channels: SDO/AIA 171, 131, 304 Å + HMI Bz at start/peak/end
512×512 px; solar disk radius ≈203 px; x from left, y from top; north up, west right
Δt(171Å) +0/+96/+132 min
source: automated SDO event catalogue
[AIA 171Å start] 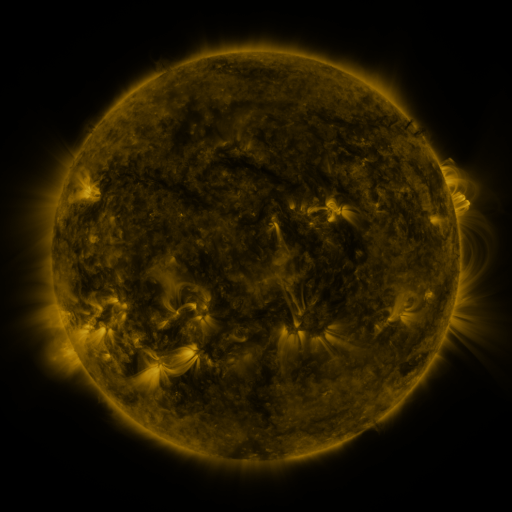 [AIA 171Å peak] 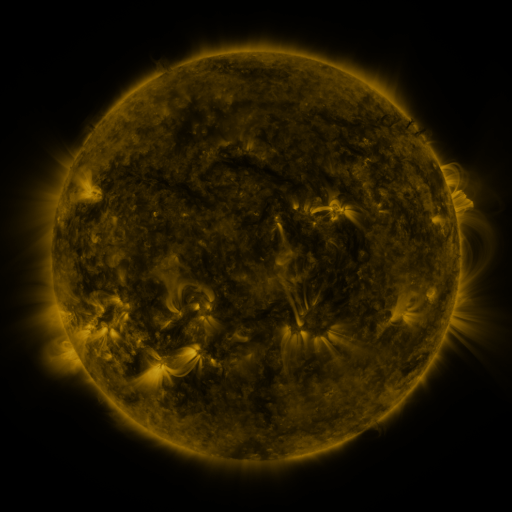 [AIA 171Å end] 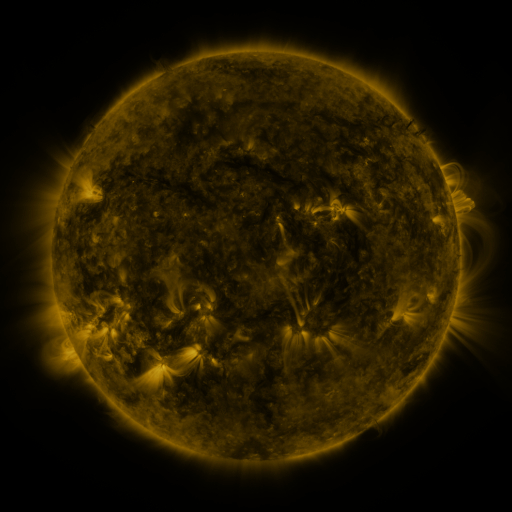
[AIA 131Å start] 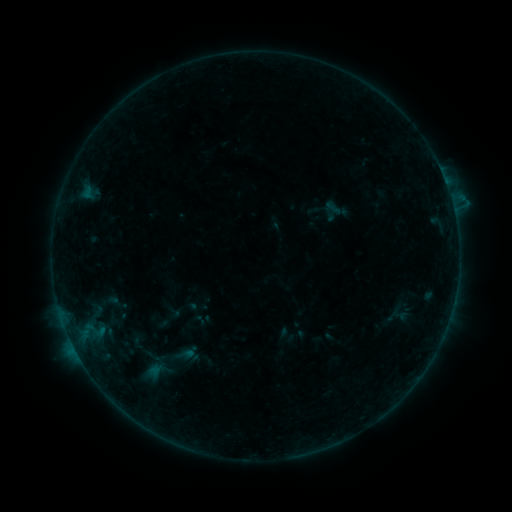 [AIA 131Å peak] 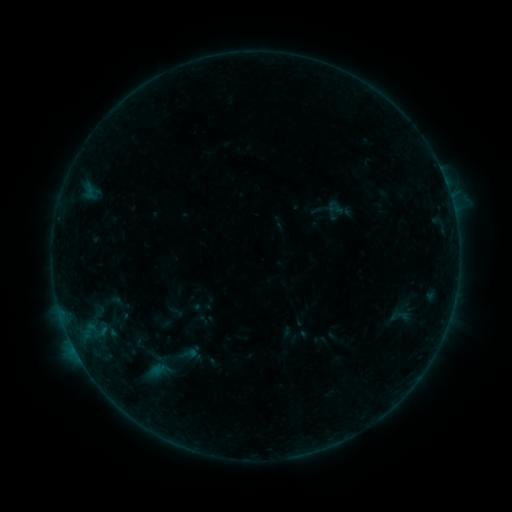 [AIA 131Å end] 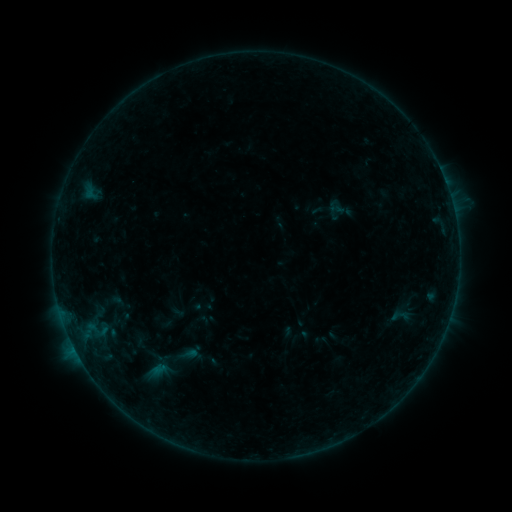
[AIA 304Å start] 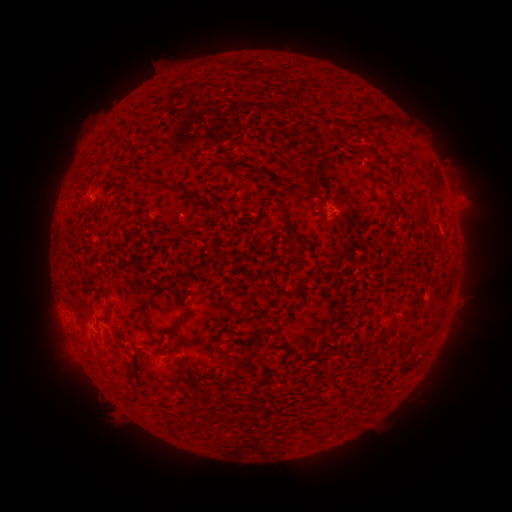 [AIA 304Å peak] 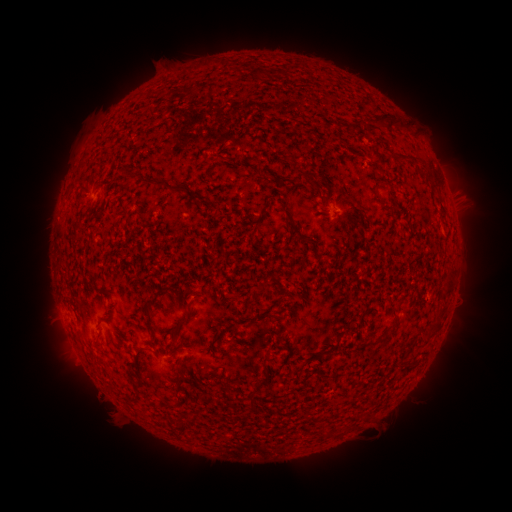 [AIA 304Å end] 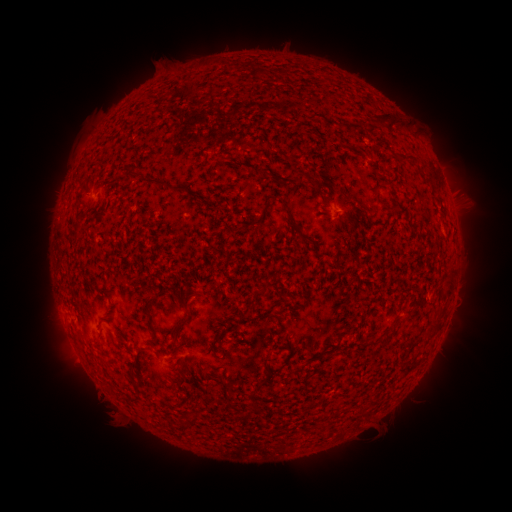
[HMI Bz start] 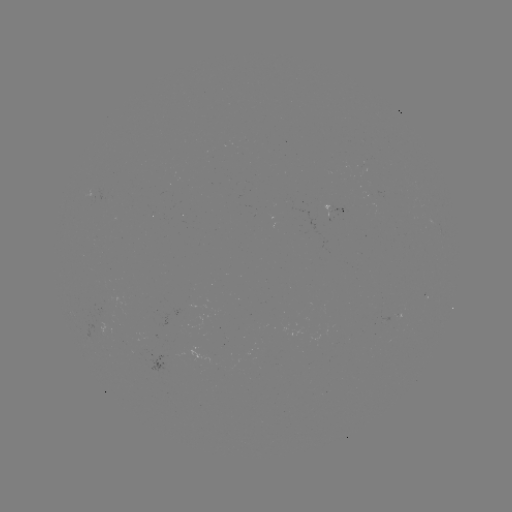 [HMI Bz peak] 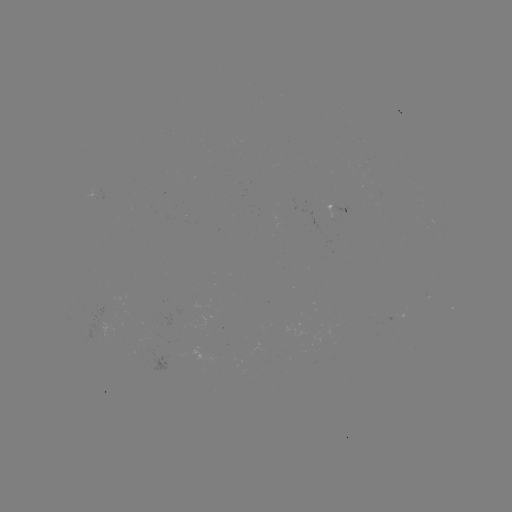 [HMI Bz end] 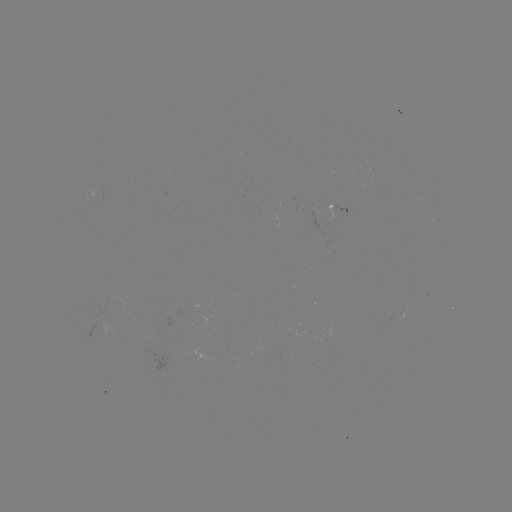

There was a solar emerging-flux region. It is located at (93, 196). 